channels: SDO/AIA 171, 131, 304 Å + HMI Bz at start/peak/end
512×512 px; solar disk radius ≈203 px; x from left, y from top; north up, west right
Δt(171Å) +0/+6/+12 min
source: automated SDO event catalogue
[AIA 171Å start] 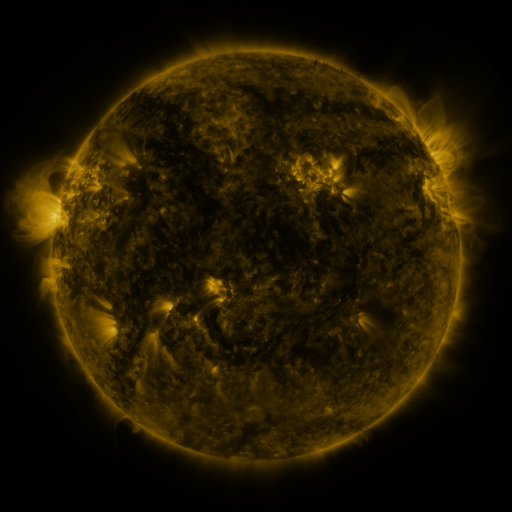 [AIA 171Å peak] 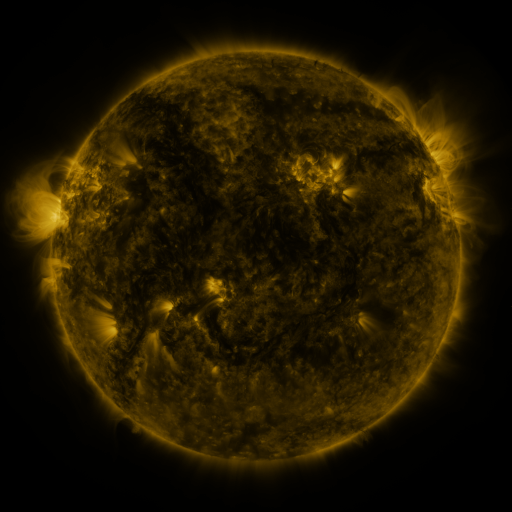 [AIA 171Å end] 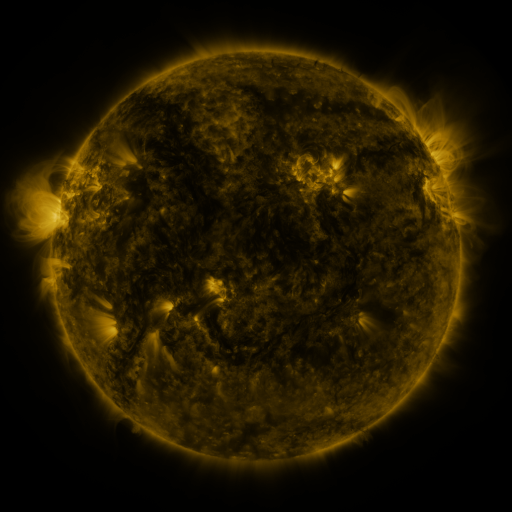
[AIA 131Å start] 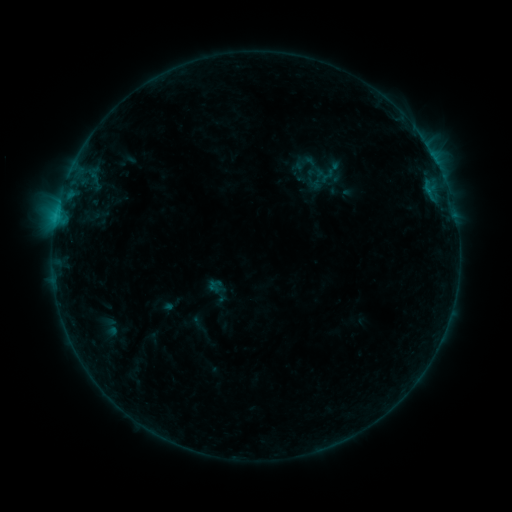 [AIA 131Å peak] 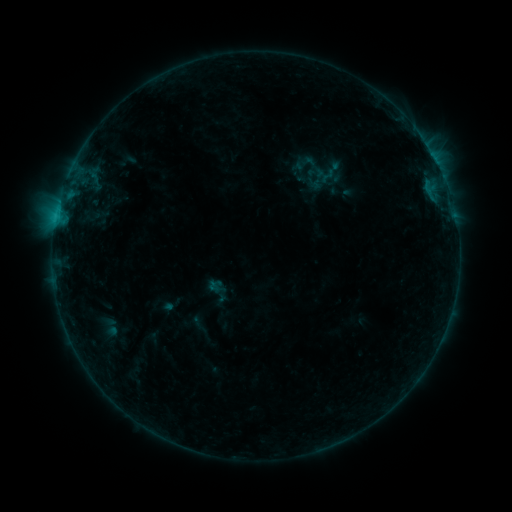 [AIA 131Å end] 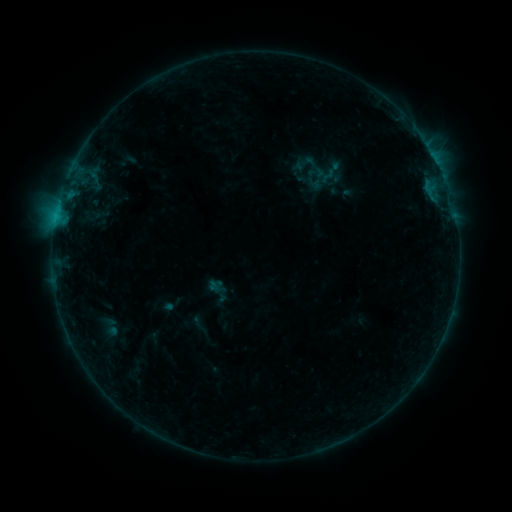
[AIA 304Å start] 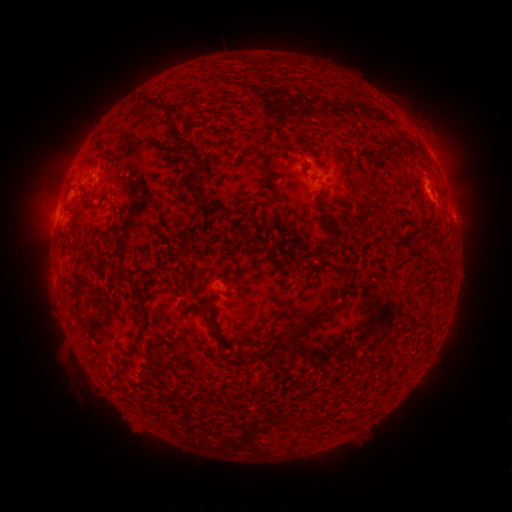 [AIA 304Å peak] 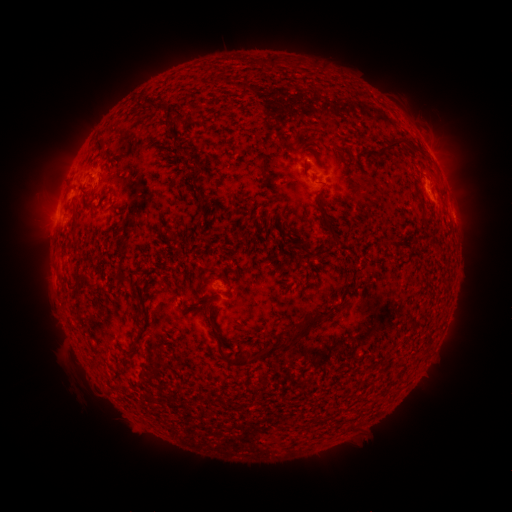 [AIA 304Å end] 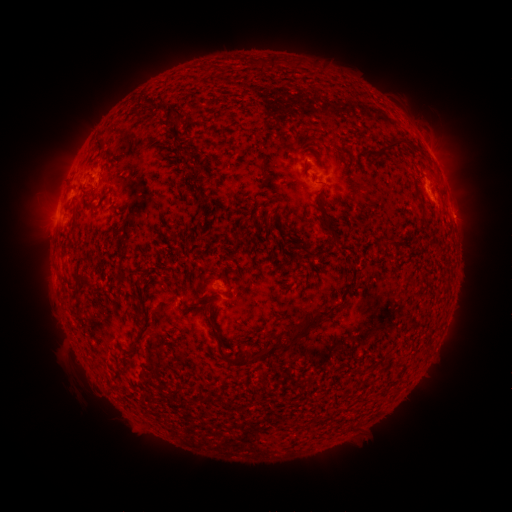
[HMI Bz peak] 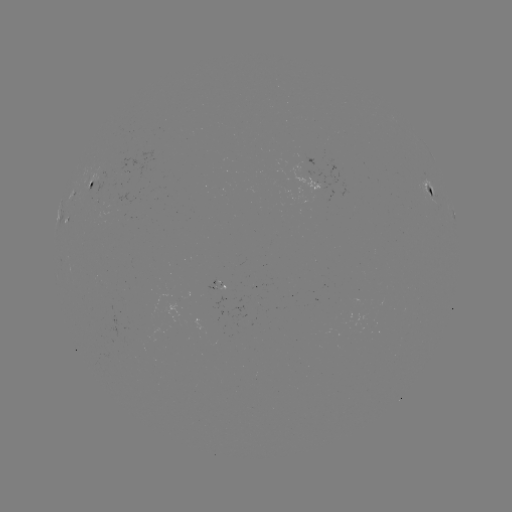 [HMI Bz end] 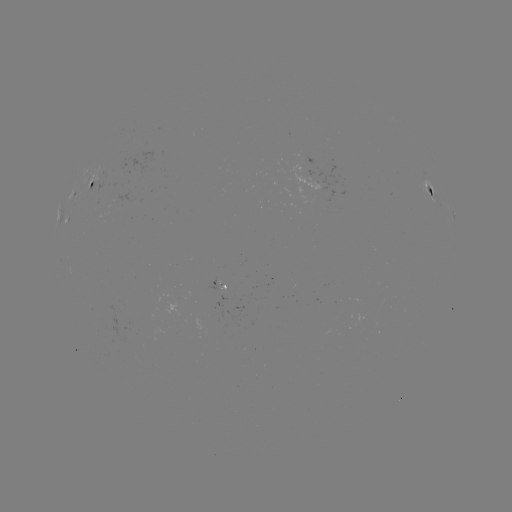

no classed flare was catalogued and no EUV brightening was flagged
